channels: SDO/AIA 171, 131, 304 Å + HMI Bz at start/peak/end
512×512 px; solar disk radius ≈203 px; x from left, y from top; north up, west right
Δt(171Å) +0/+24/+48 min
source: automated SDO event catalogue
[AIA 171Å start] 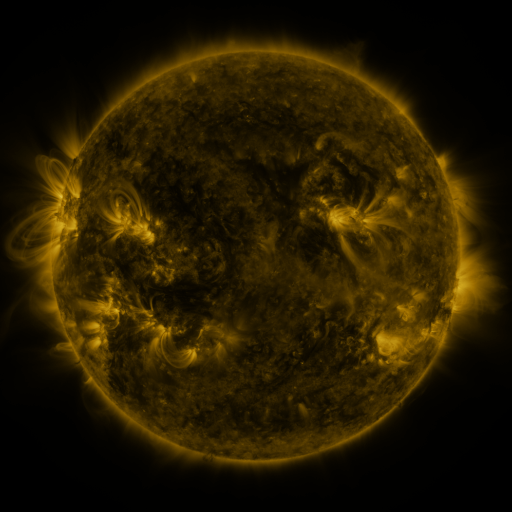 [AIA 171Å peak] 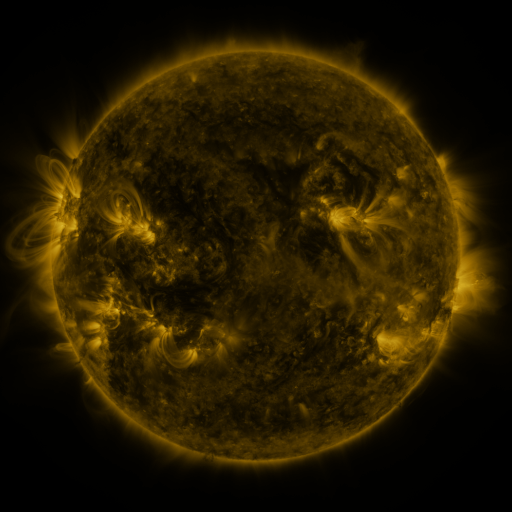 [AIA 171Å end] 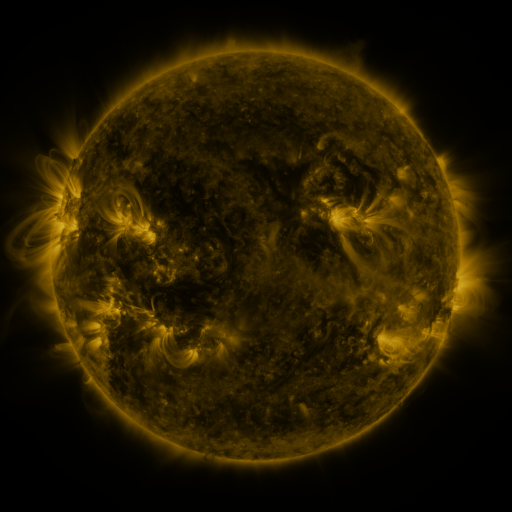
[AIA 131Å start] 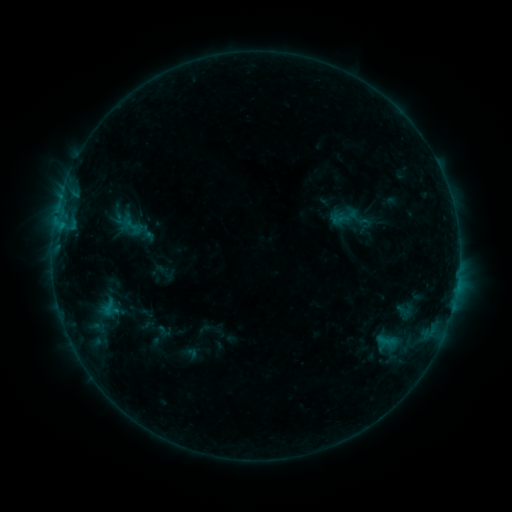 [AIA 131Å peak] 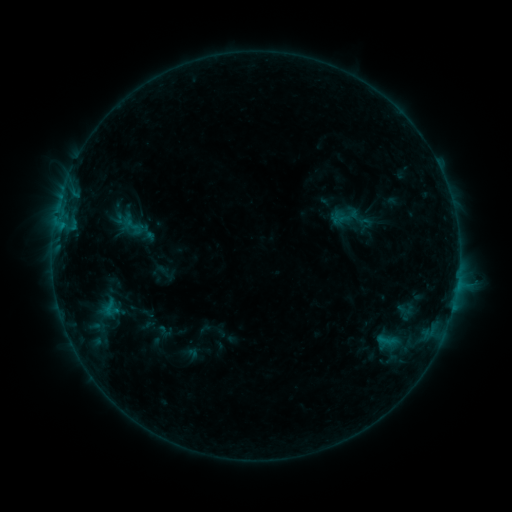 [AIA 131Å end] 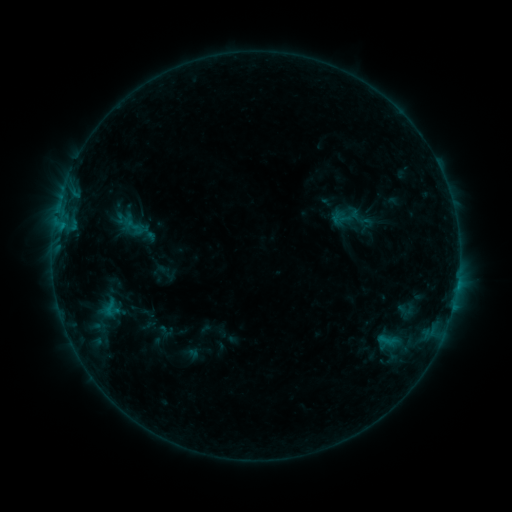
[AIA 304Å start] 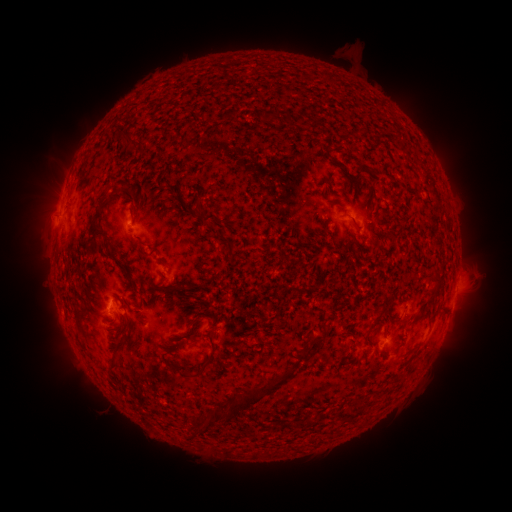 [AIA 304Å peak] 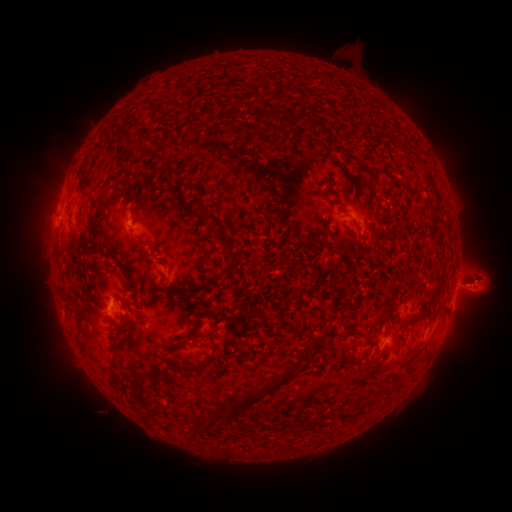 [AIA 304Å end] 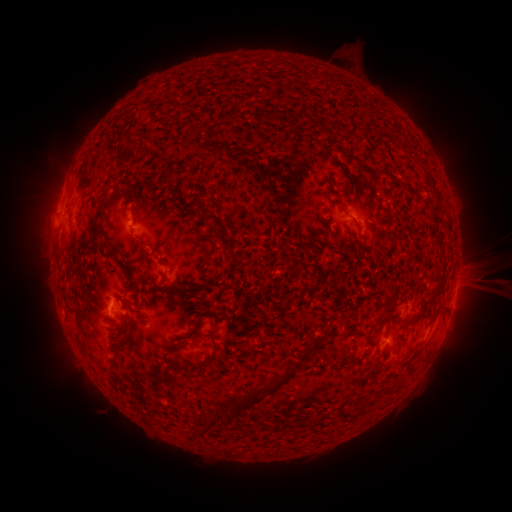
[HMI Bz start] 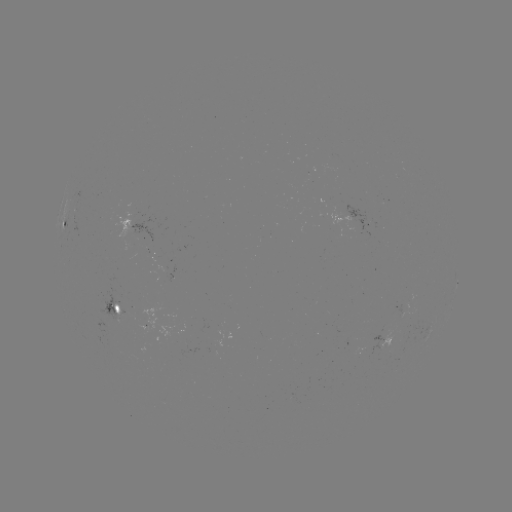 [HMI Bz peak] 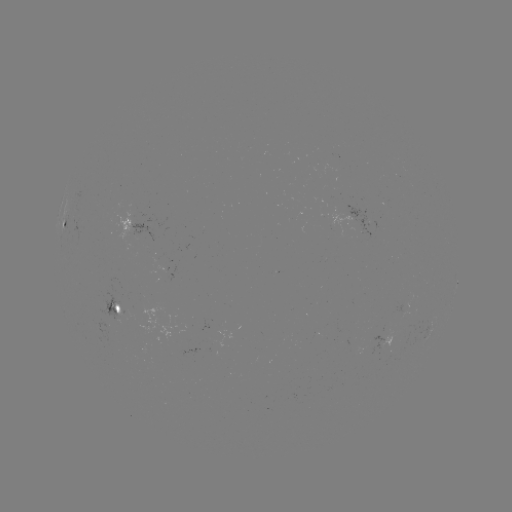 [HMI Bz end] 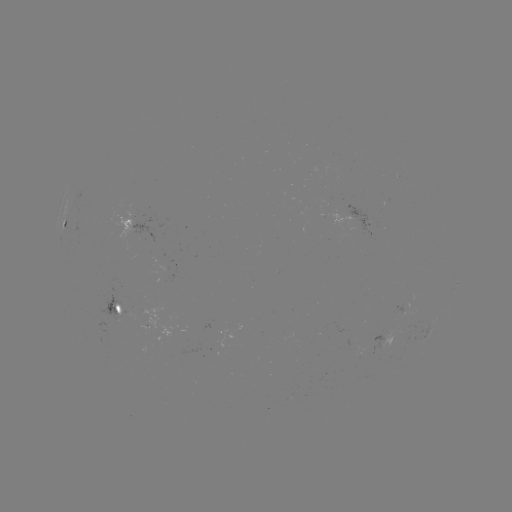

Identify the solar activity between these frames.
eruption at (482, 283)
